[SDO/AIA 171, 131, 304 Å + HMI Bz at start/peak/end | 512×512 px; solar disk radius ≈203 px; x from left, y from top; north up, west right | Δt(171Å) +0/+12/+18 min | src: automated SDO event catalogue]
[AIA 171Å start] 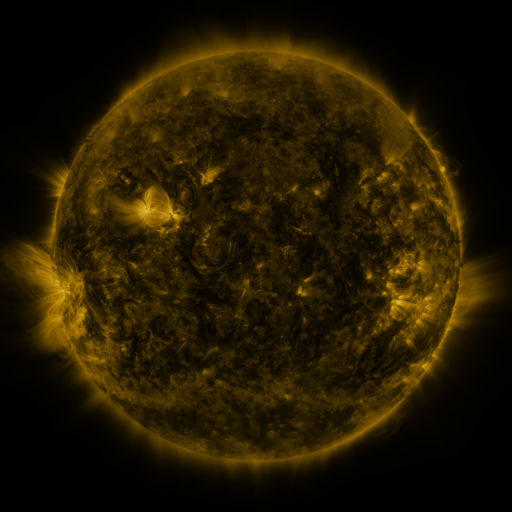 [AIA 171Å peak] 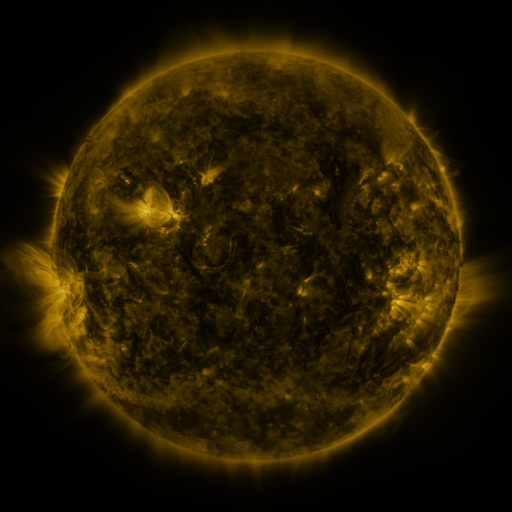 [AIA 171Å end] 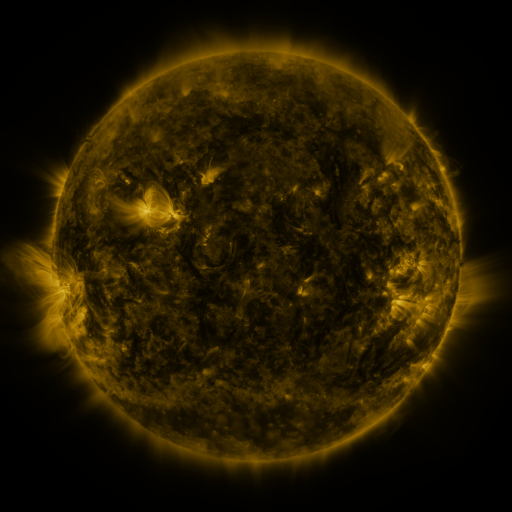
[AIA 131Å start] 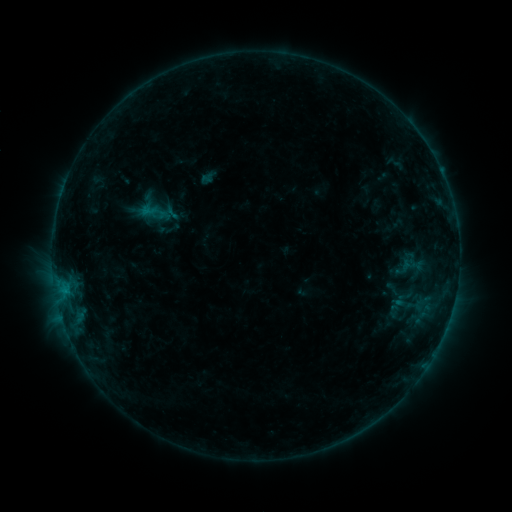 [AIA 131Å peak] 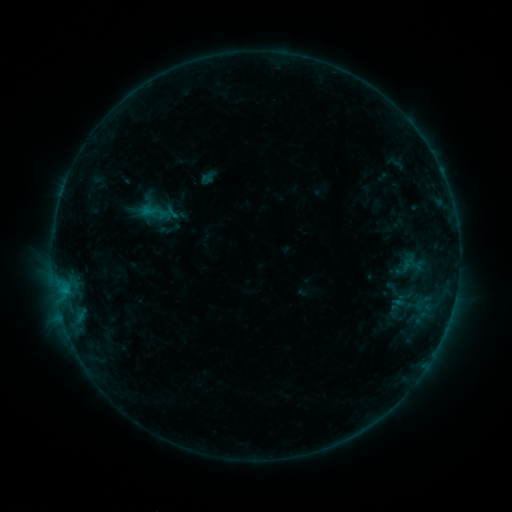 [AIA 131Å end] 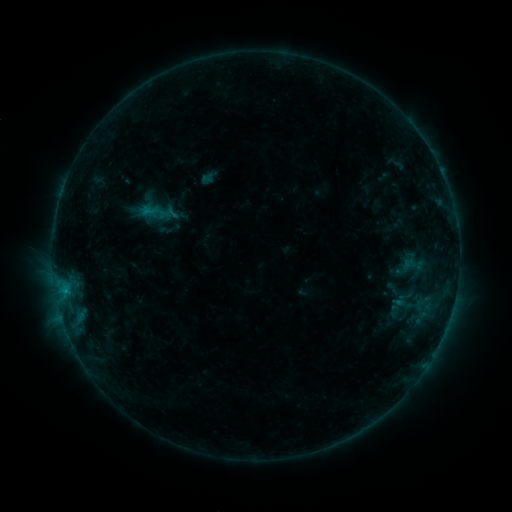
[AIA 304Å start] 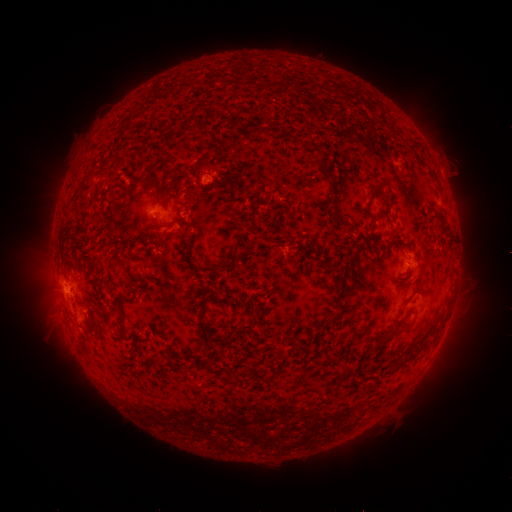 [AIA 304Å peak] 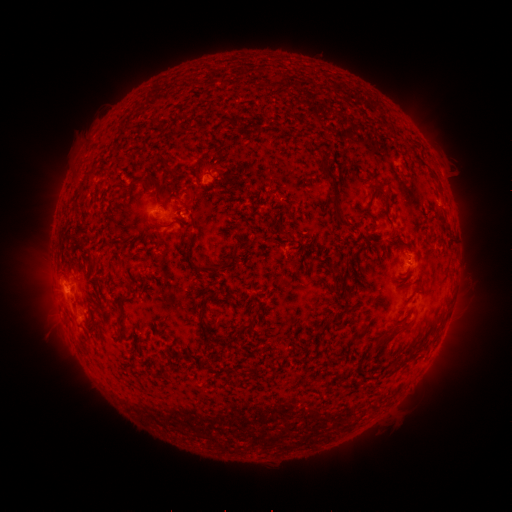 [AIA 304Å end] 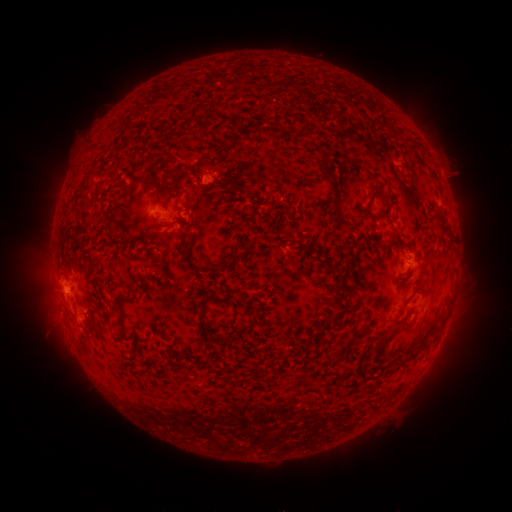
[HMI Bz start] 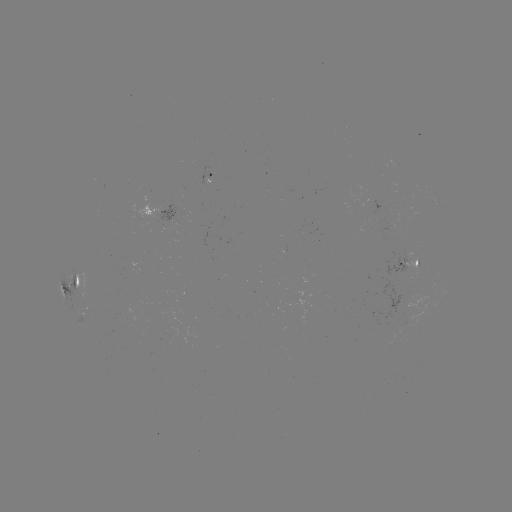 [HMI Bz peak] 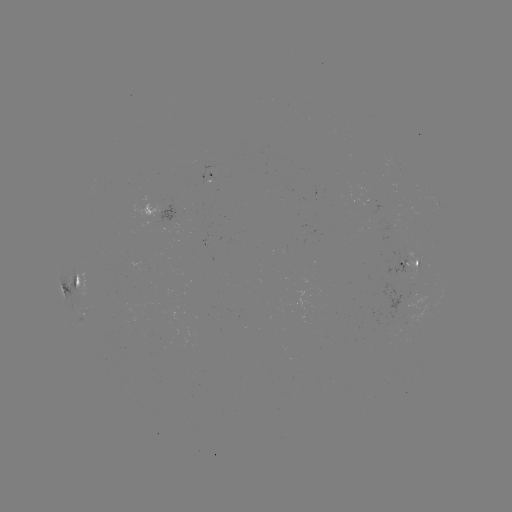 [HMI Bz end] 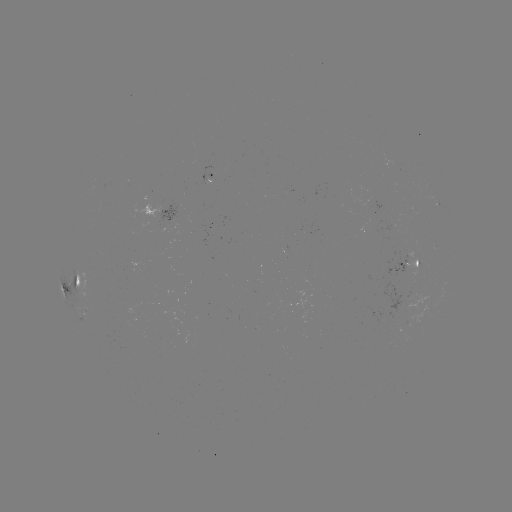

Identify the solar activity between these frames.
no classed flare was catalogued and no EUV brightening was flagged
